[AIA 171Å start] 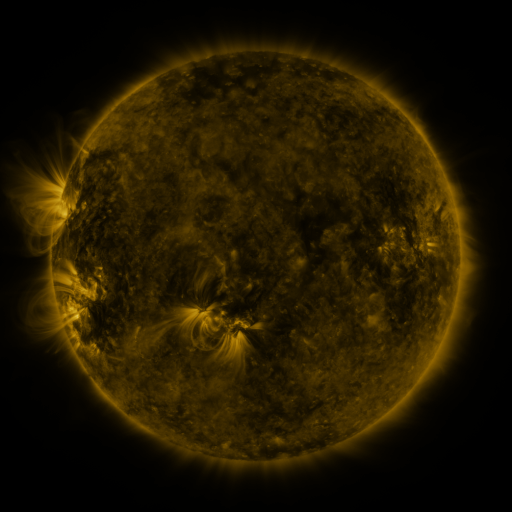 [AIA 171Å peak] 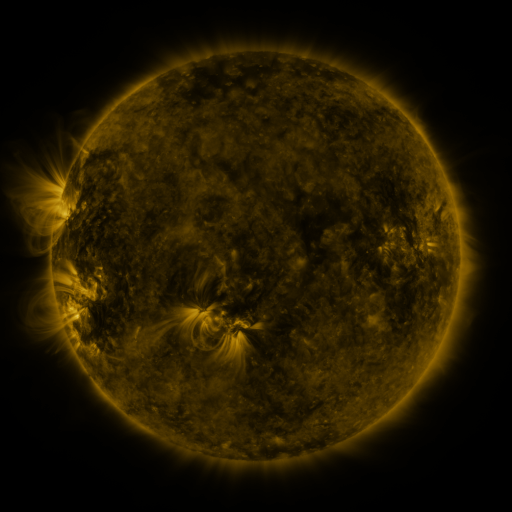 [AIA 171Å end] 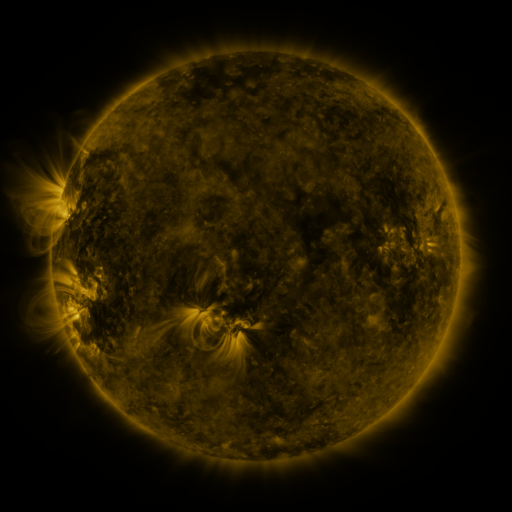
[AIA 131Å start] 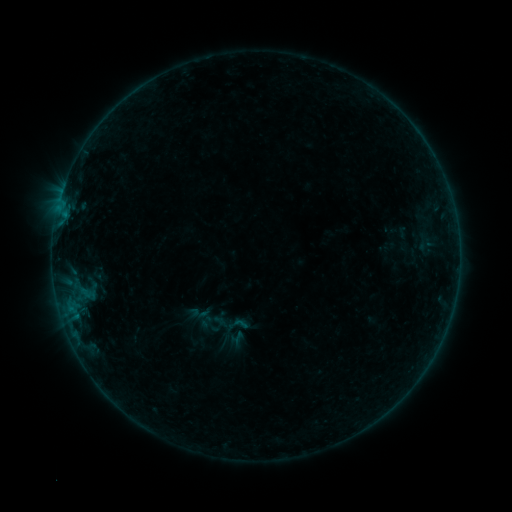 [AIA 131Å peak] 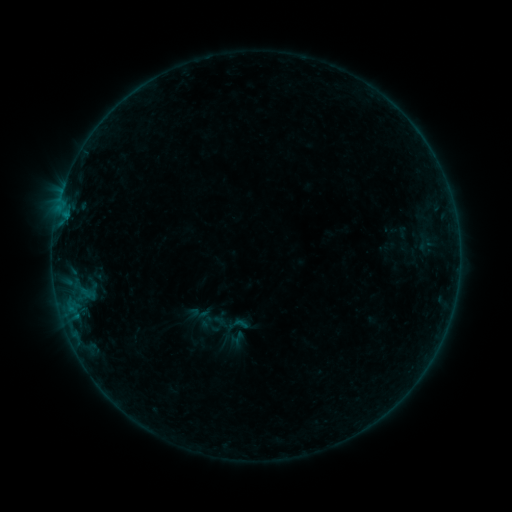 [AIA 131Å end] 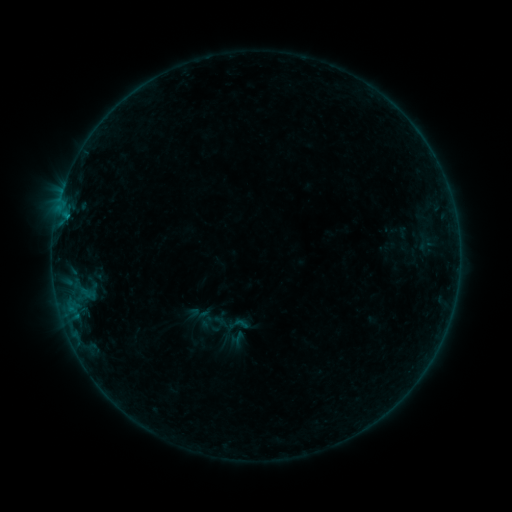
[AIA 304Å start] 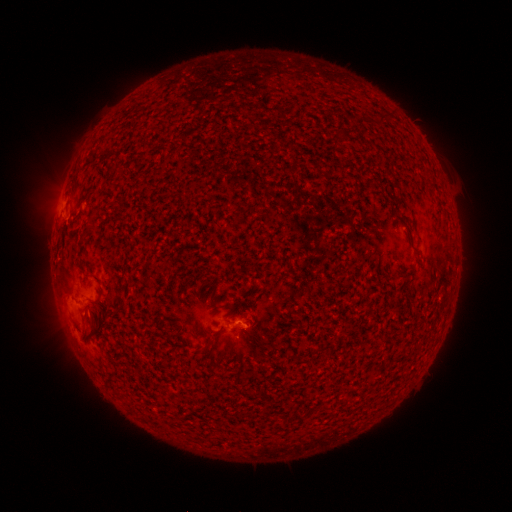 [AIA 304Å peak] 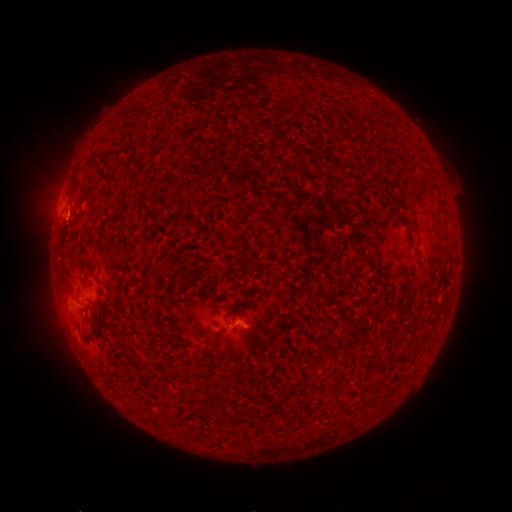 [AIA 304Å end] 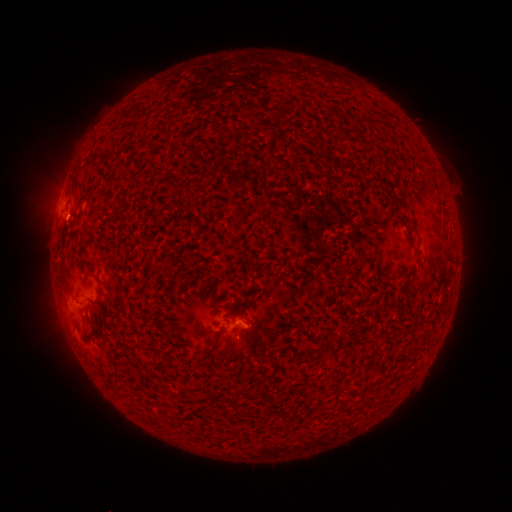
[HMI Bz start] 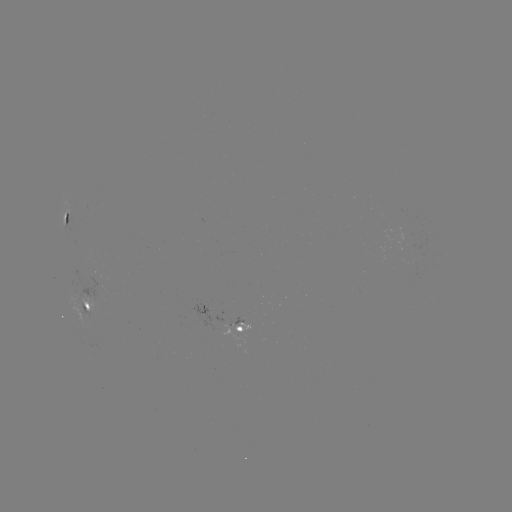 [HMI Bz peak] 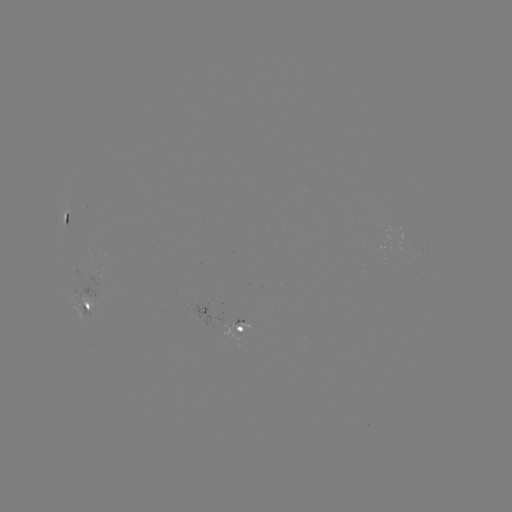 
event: flare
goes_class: B2.3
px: (68, 218)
